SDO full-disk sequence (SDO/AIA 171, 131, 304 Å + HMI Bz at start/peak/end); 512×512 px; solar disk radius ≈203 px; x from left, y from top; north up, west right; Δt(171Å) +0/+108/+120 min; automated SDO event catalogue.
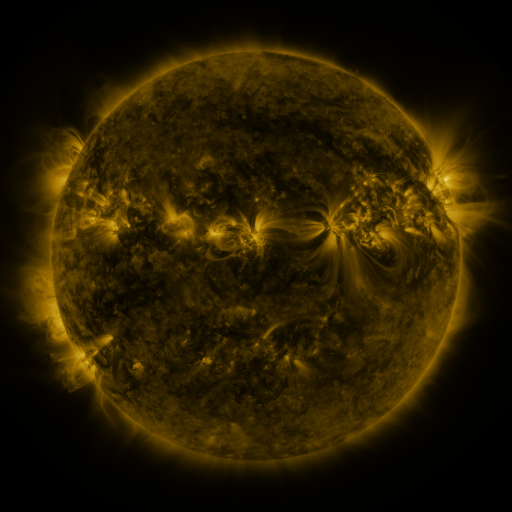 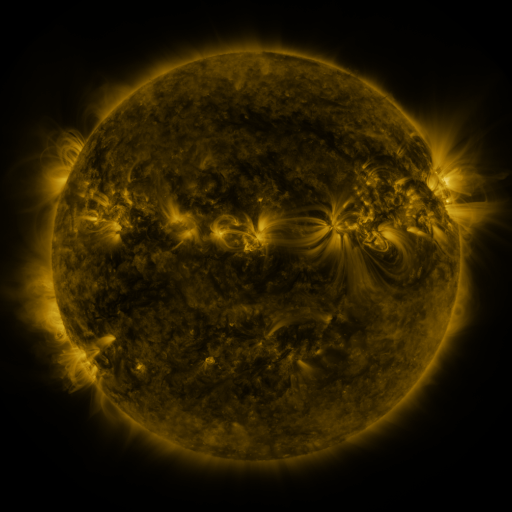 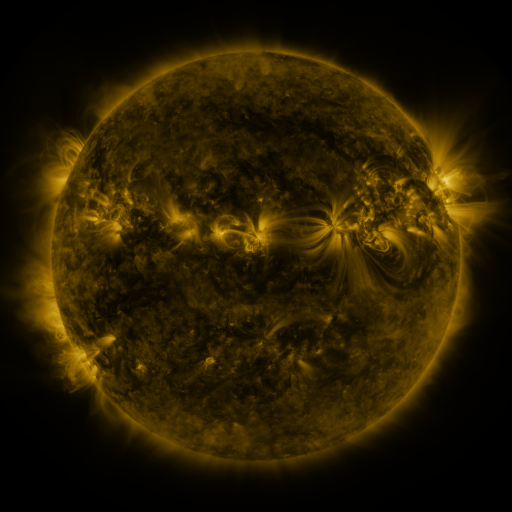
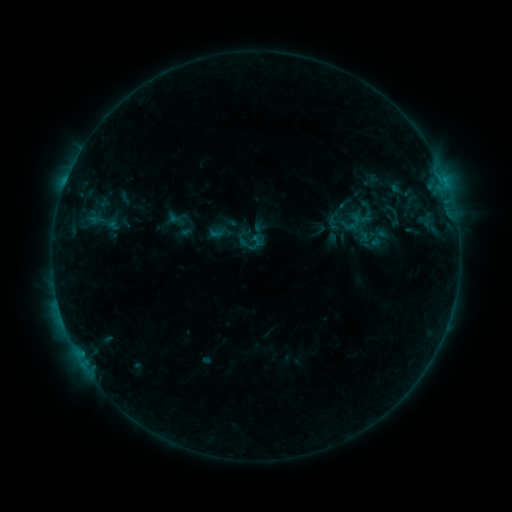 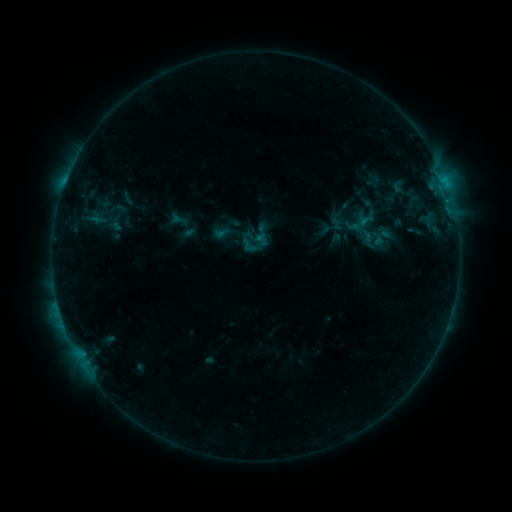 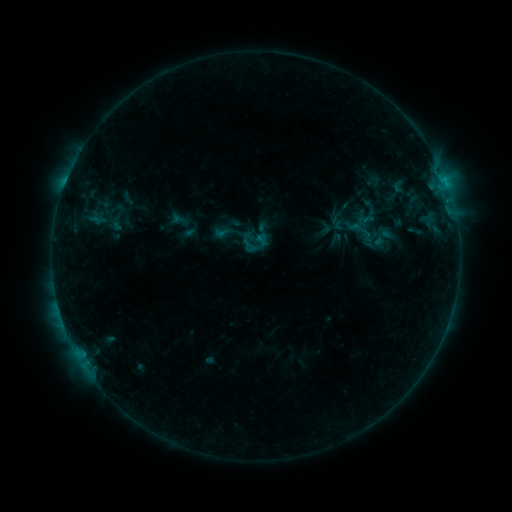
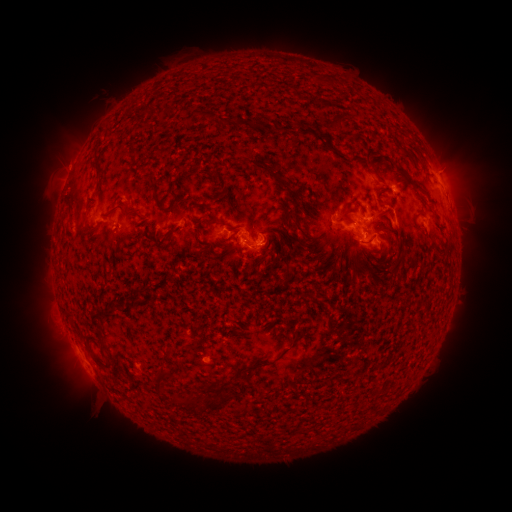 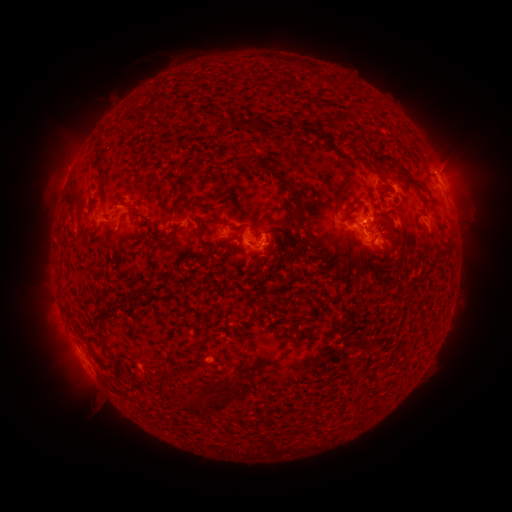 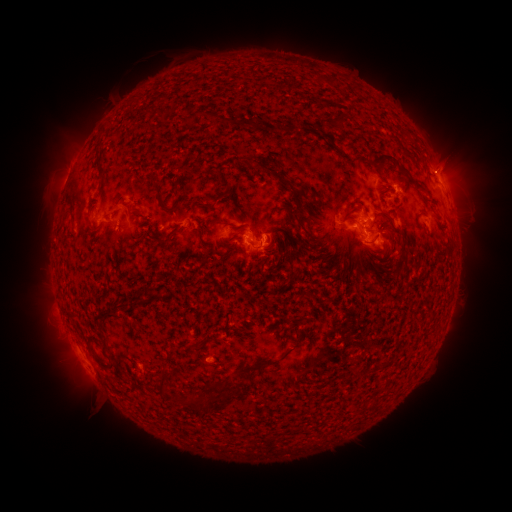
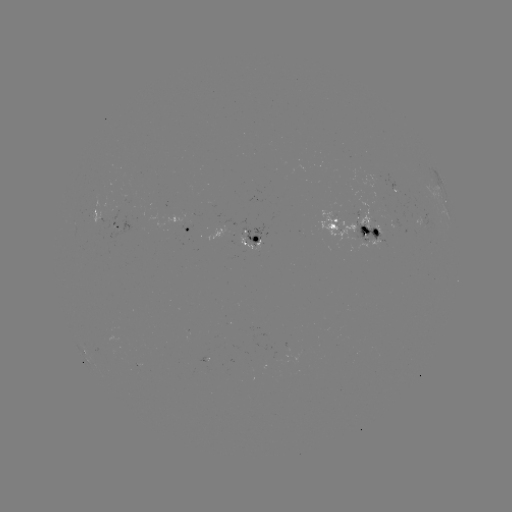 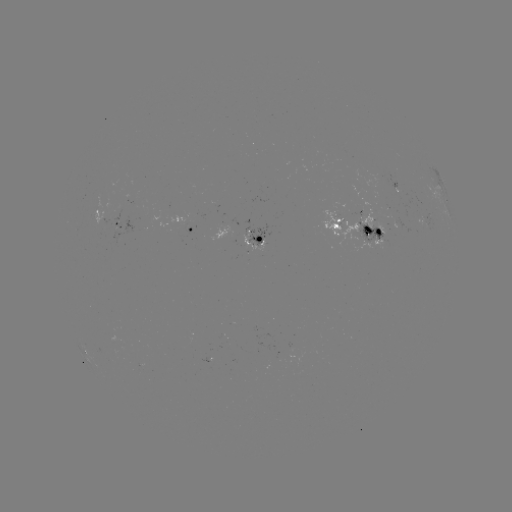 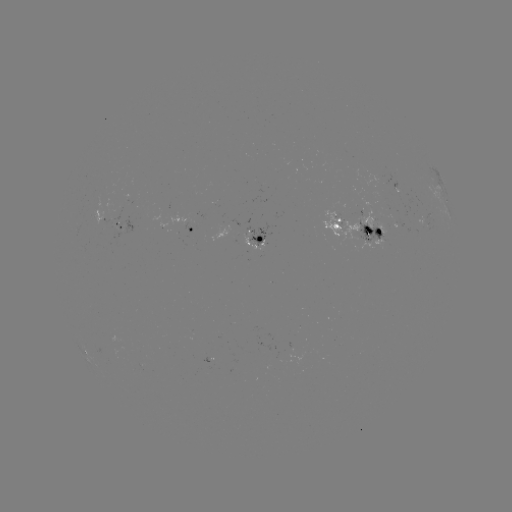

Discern emerging-flux region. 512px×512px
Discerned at [338, 222].